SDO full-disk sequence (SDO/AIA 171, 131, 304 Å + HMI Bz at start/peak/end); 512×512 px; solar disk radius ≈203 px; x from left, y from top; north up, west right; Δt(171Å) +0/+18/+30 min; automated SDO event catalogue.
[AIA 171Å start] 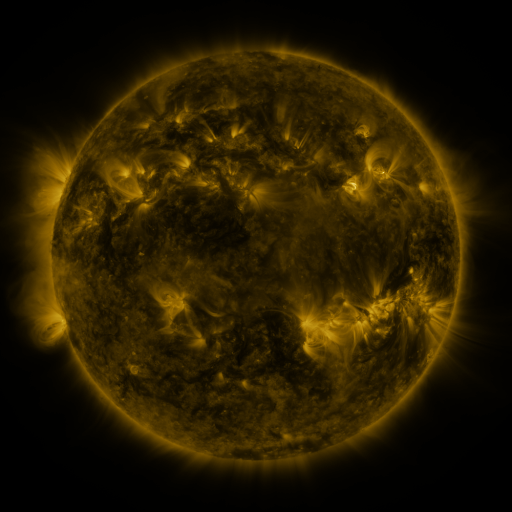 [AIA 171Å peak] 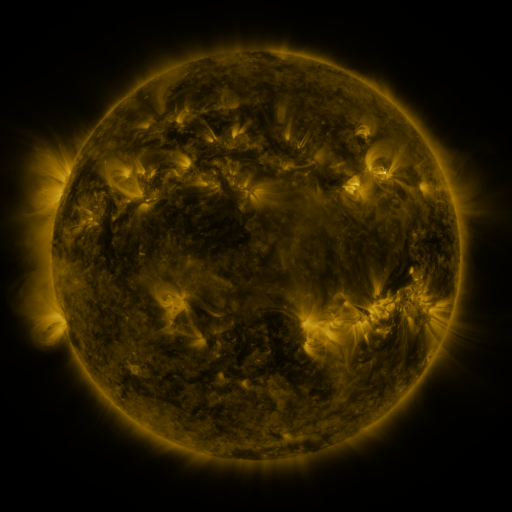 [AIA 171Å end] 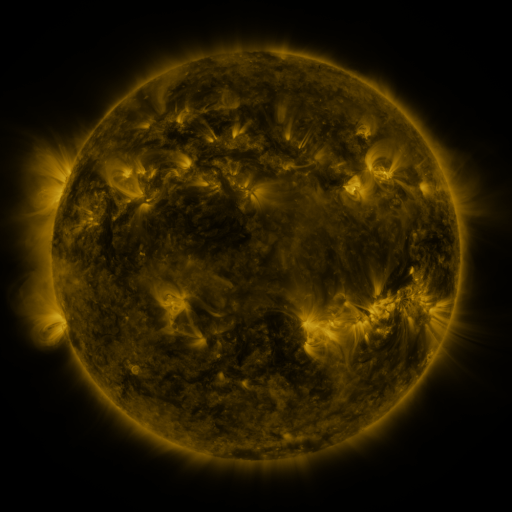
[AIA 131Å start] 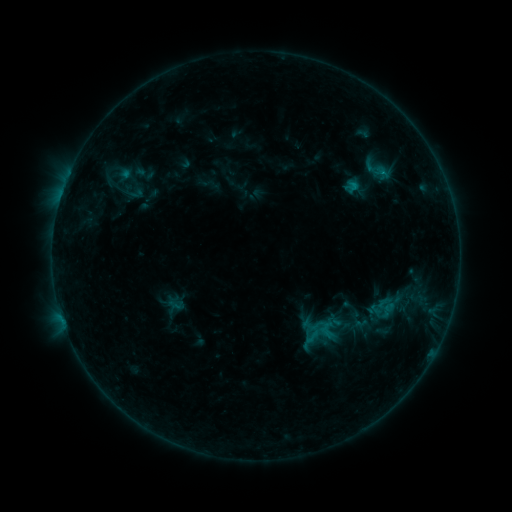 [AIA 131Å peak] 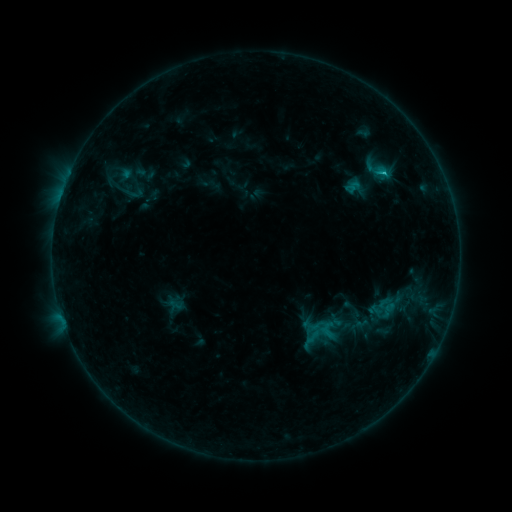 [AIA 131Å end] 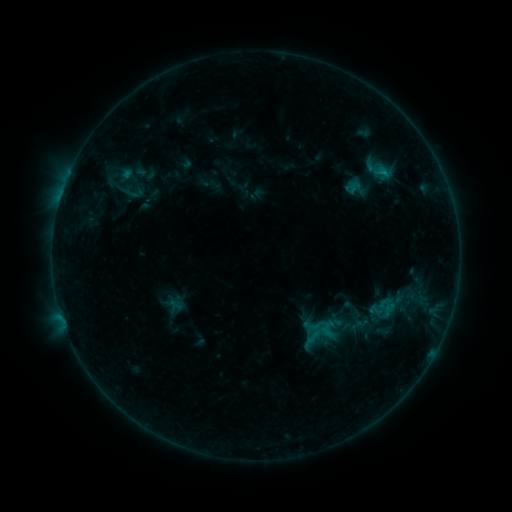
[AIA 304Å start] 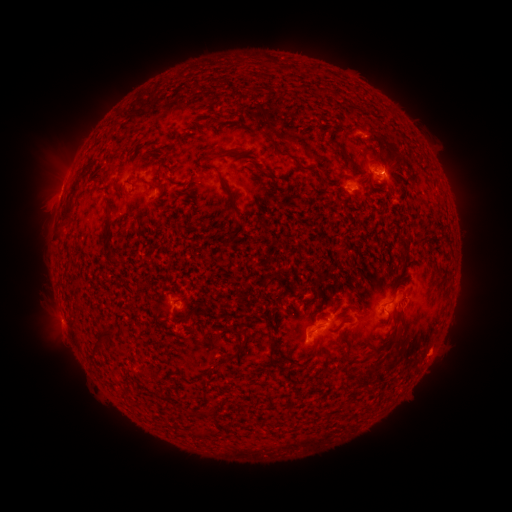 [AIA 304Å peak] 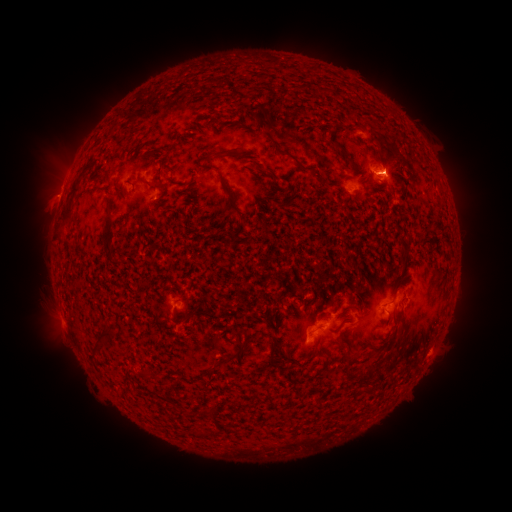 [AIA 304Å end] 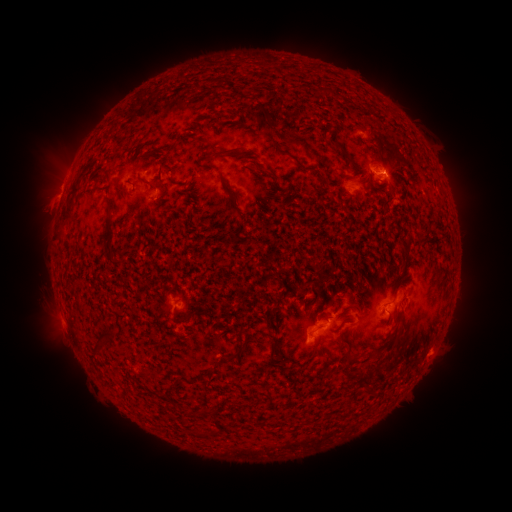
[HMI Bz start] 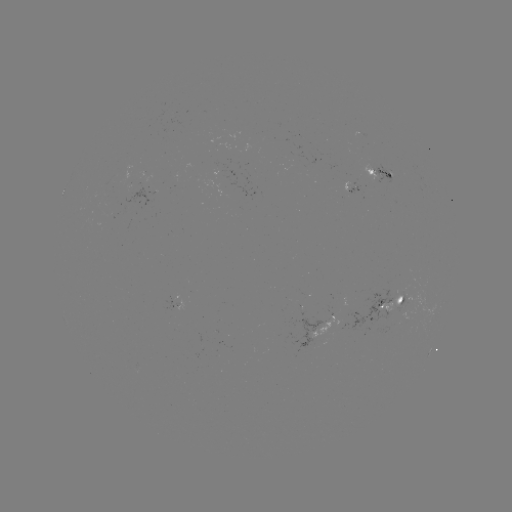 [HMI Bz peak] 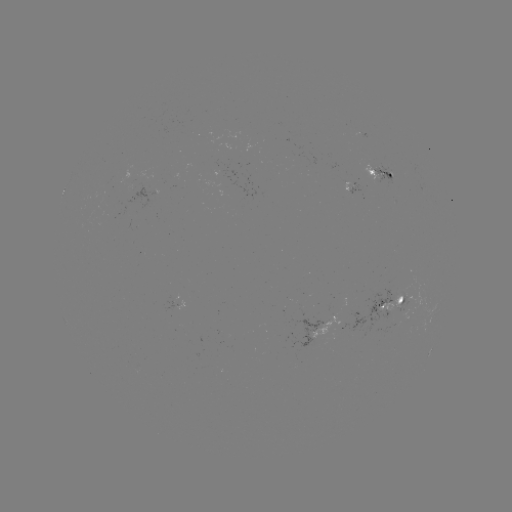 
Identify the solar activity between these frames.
B8.3 flare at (384, 175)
